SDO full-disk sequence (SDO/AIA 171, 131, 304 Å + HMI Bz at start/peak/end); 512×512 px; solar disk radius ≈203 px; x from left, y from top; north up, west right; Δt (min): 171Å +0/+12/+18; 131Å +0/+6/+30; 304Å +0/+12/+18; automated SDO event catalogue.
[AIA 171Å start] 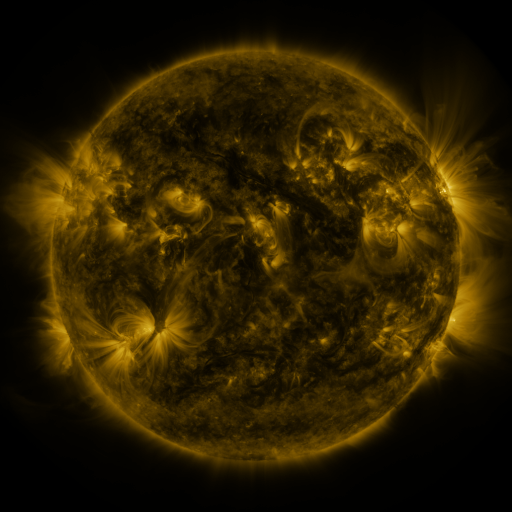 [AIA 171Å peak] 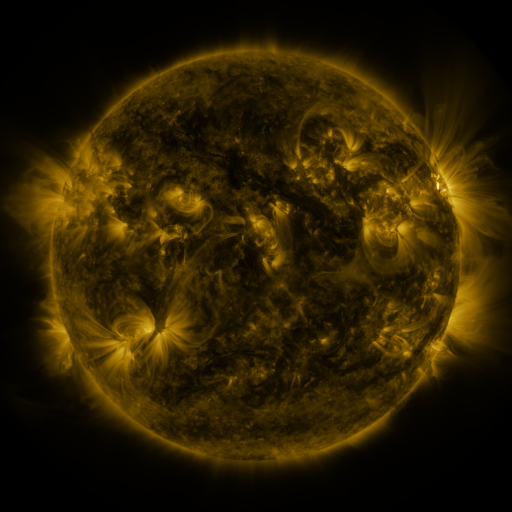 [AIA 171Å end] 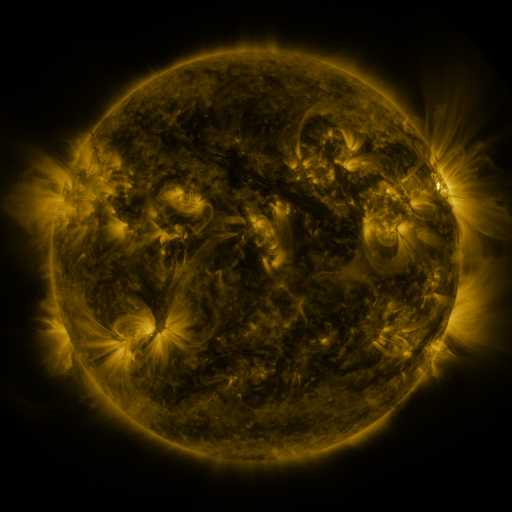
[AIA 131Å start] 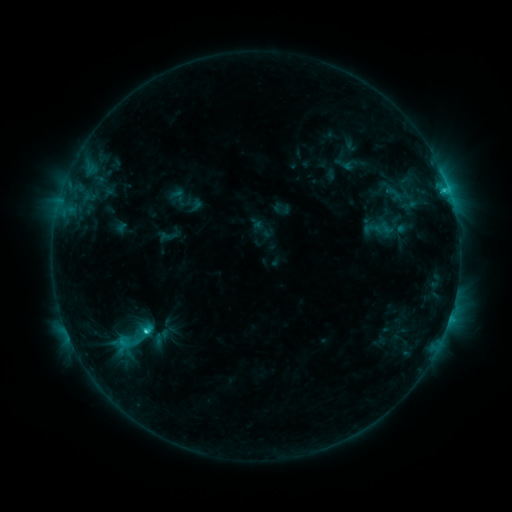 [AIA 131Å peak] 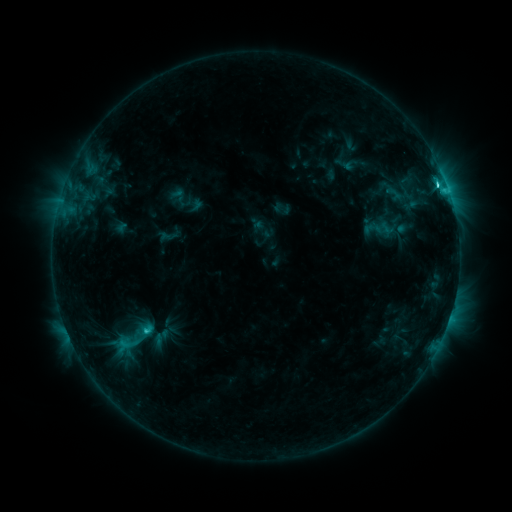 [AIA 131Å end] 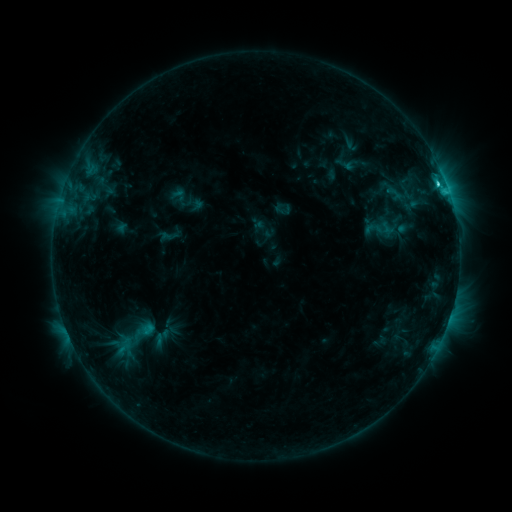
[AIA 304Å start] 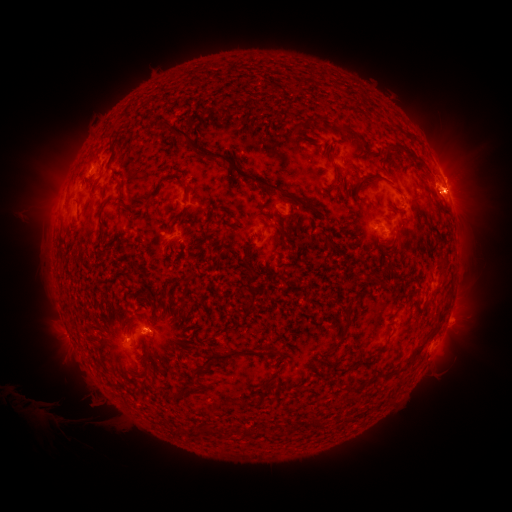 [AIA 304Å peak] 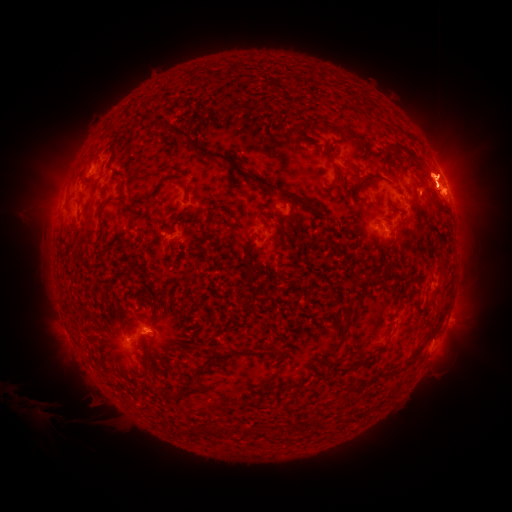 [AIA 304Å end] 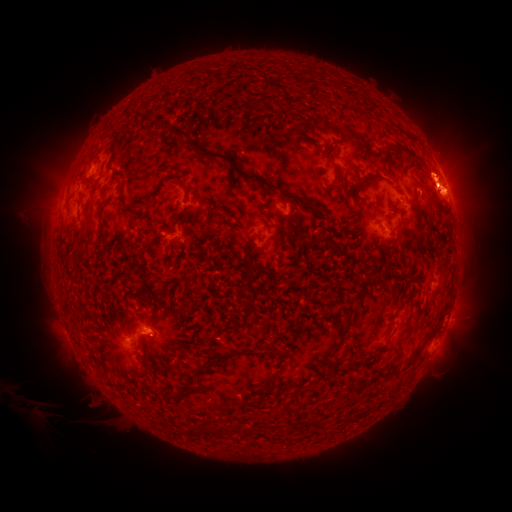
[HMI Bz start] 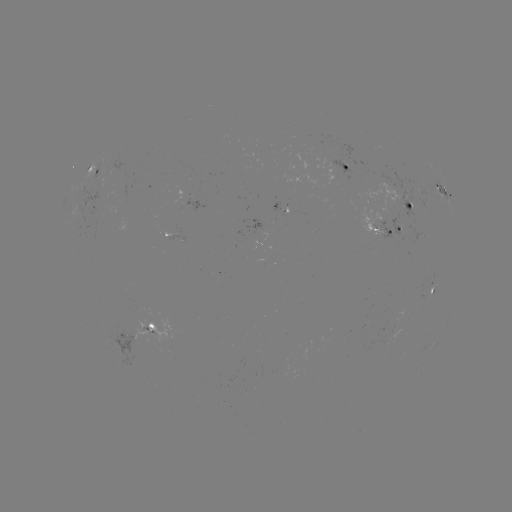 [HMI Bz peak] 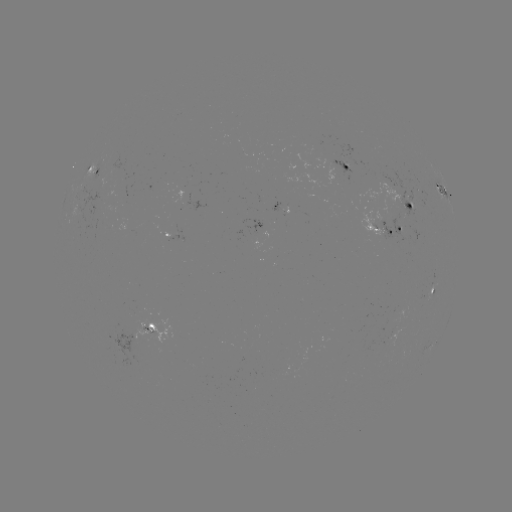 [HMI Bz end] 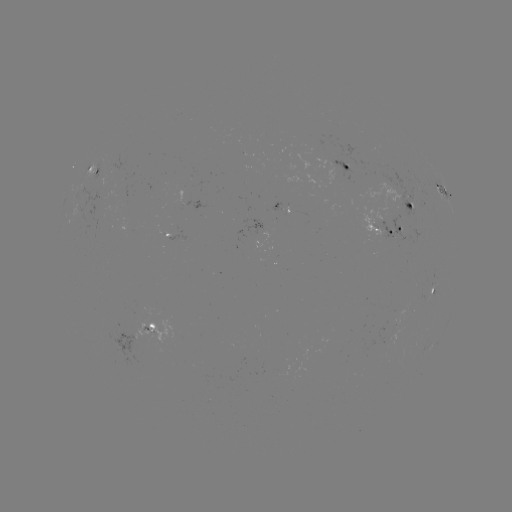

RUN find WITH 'eruption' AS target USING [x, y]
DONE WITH [451, 176] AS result